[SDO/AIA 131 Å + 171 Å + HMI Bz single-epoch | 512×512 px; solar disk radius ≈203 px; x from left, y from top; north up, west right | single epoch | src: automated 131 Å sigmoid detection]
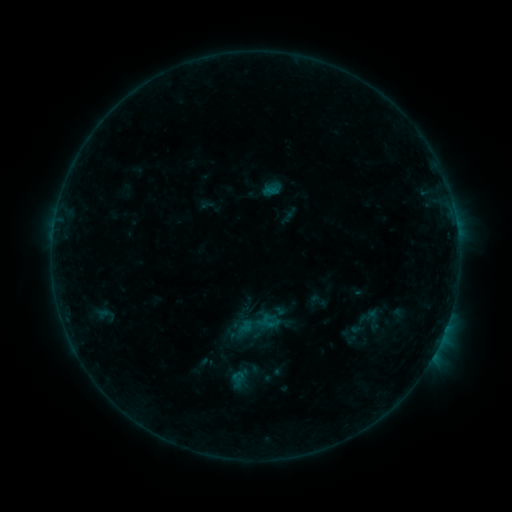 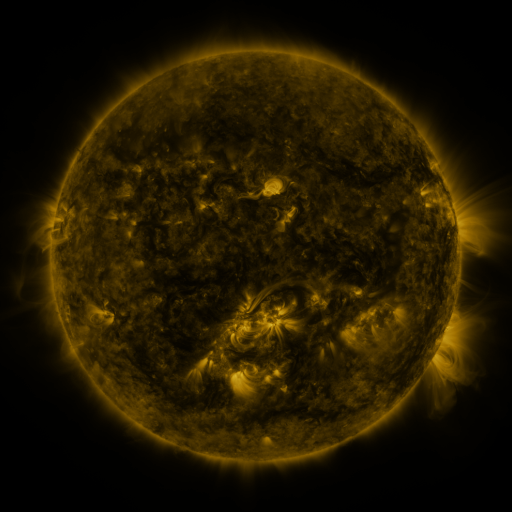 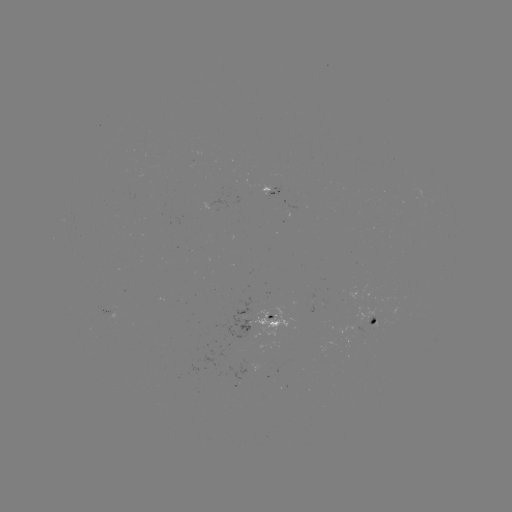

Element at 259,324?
sigmoid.